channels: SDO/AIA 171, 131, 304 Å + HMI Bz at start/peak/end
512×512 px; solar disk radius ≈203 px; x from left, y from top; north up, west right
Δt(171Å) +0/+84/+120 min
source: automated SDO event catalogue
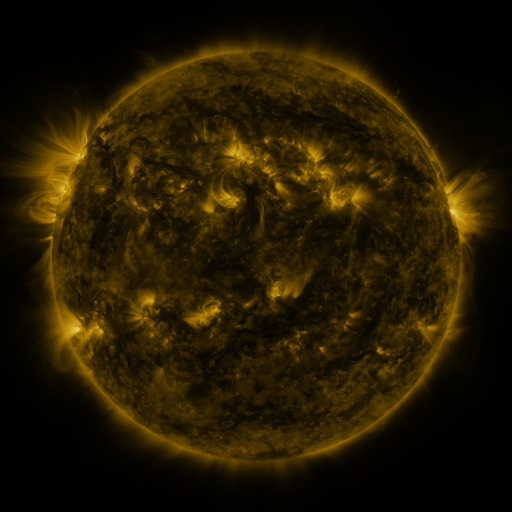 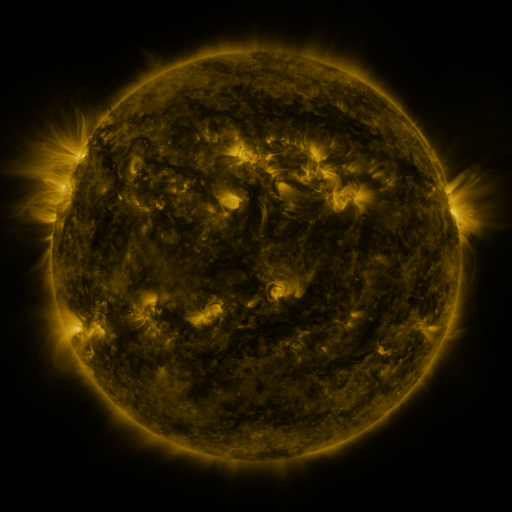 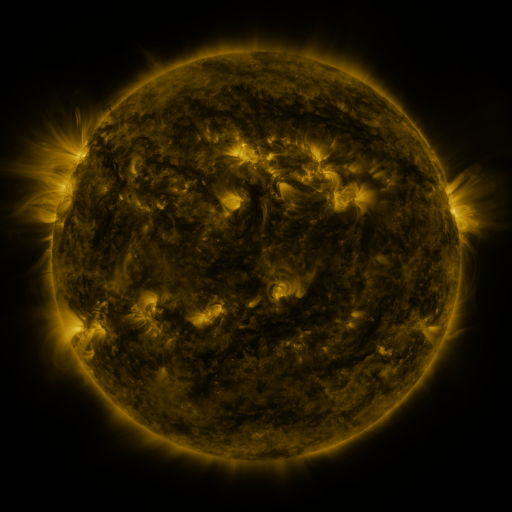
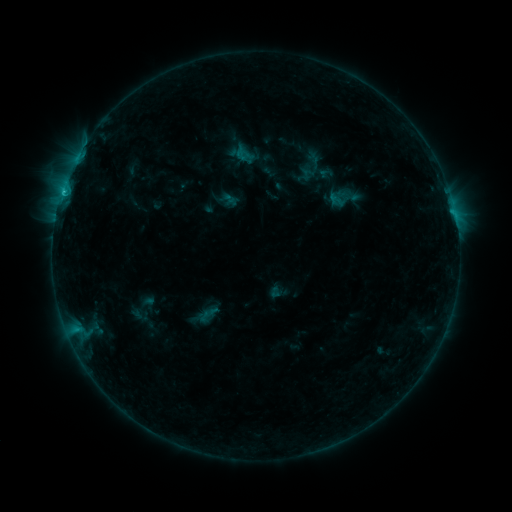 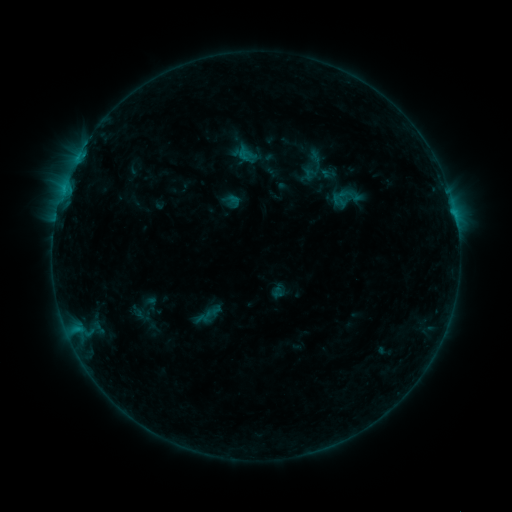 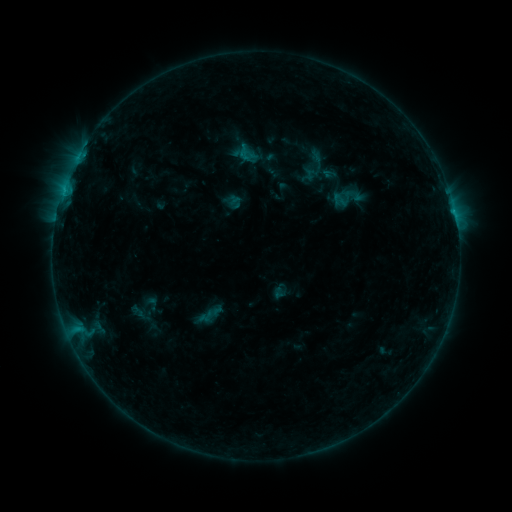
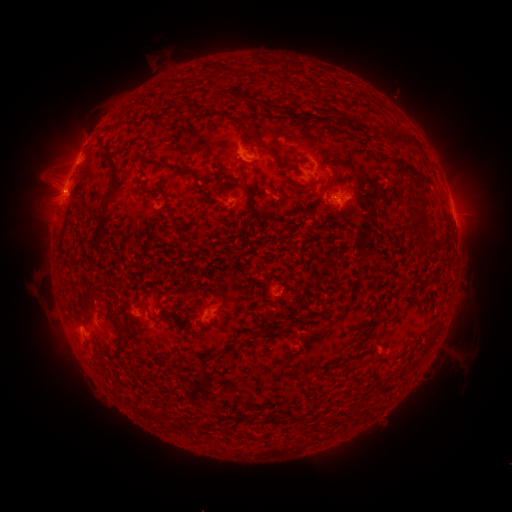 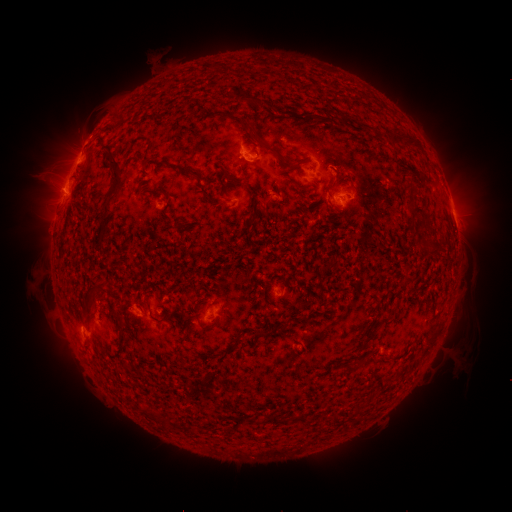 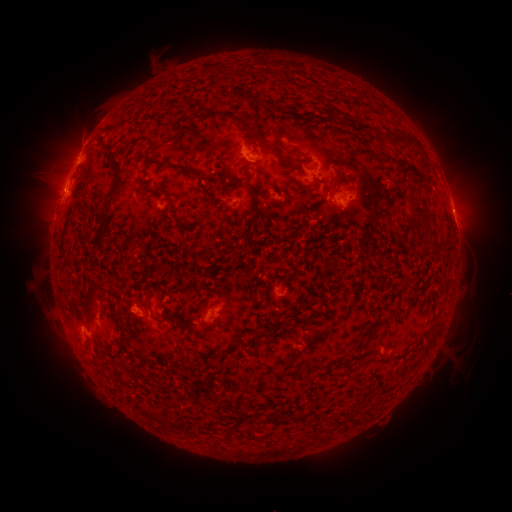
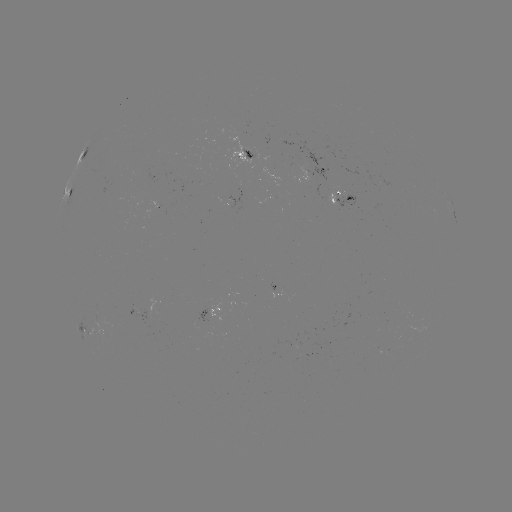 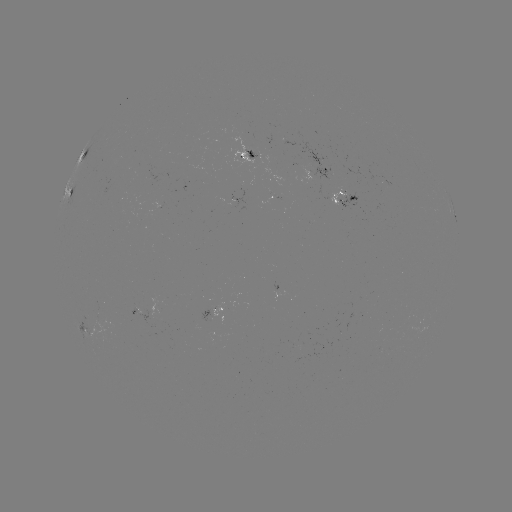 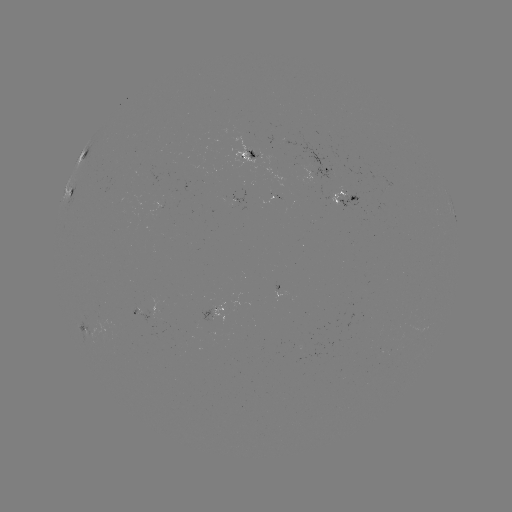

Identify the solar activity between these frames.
emerging-flux region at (312, 165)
